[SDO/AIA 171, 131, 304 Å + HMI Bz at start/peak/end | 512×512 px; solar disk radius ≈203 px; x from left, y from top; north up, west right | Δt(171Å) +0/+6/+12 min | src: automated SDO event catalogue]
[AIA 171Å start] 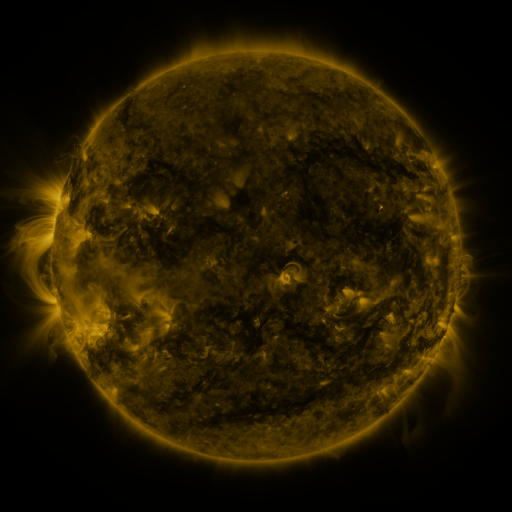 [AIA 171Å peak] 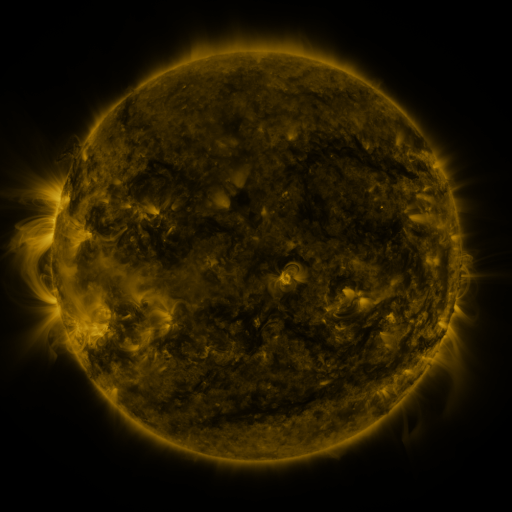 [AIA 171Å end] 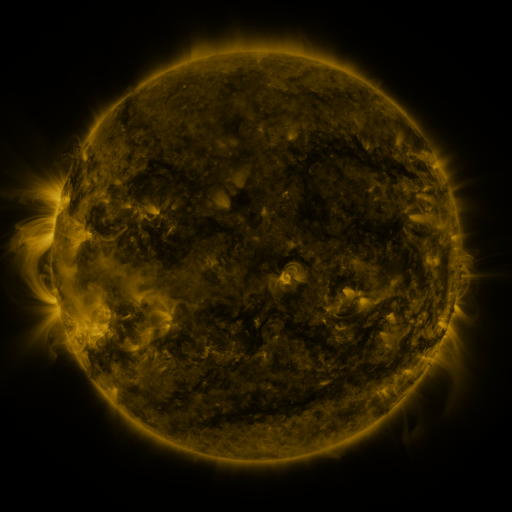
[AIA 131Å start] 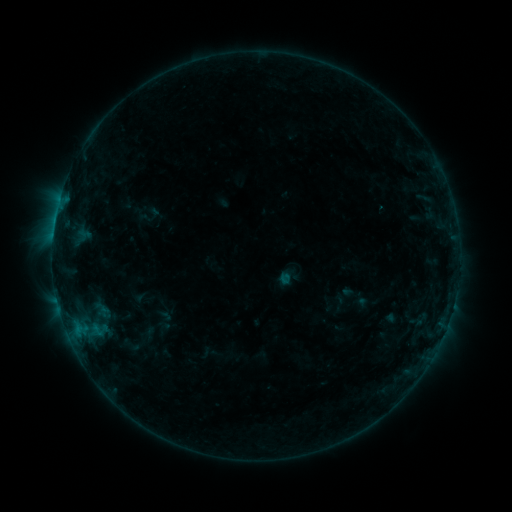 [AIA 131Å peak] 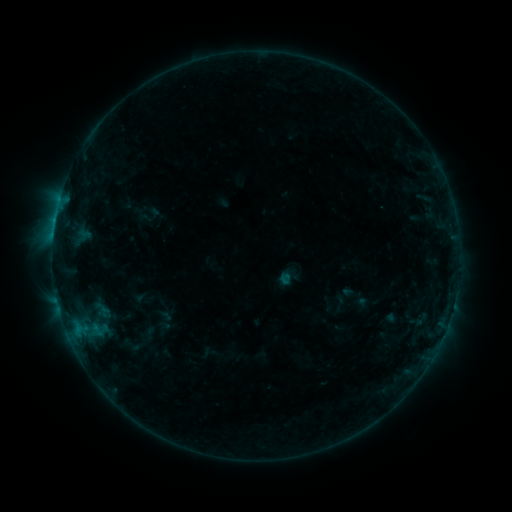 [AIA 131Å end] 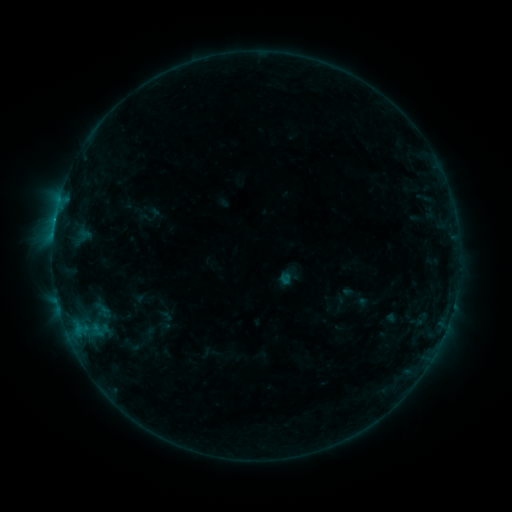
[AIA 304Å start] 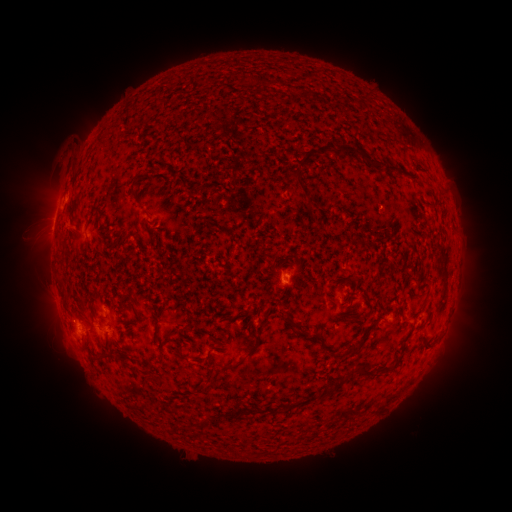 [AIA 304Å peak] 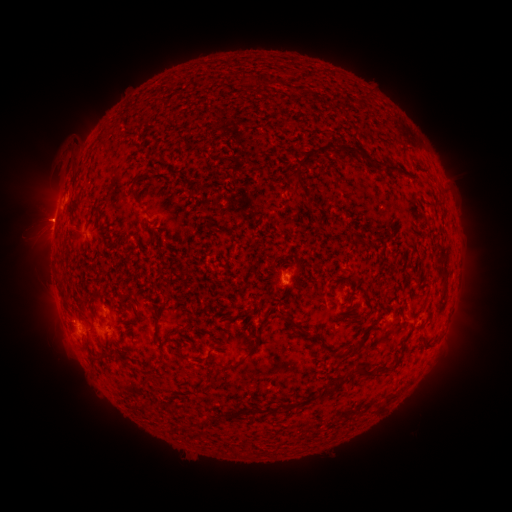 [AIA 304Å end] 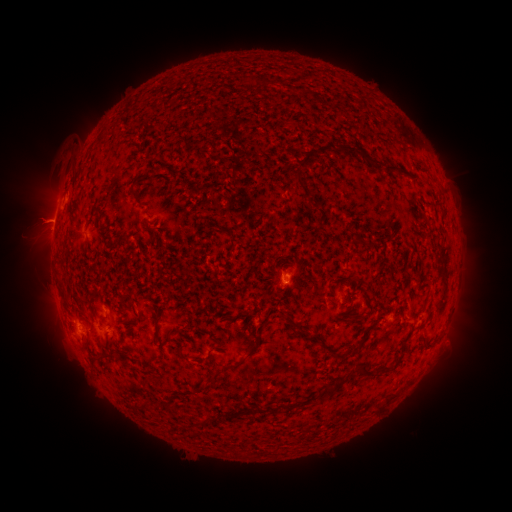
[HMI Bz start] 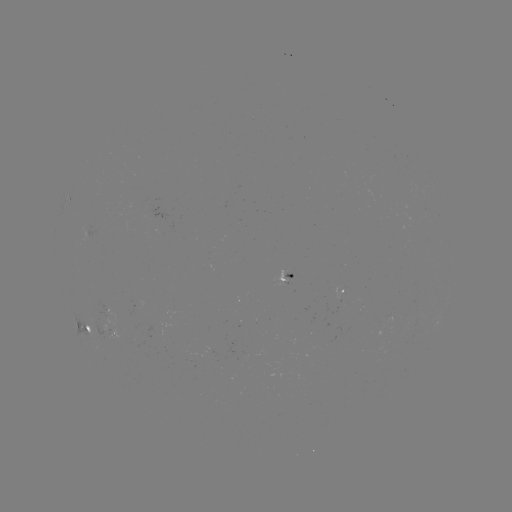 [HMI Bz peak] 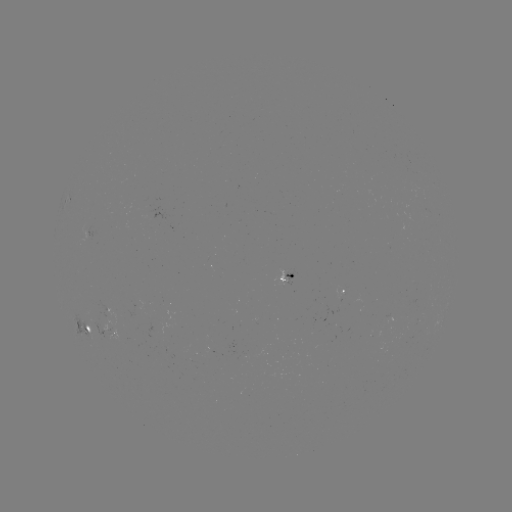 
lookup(eruption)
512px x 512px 41,219